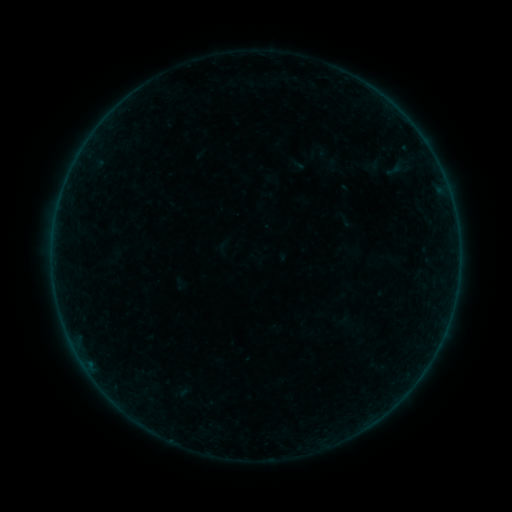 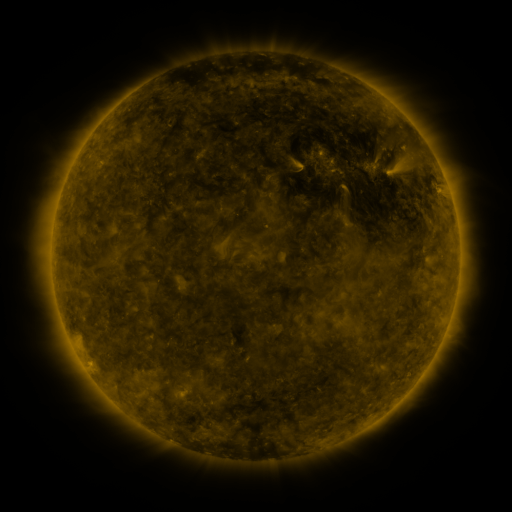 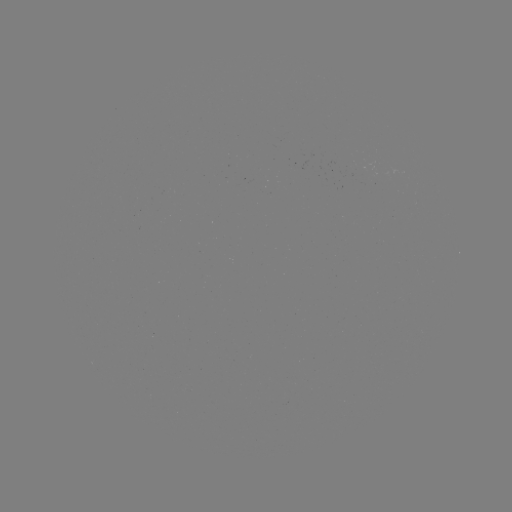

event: sigmoid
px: (297, 166)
